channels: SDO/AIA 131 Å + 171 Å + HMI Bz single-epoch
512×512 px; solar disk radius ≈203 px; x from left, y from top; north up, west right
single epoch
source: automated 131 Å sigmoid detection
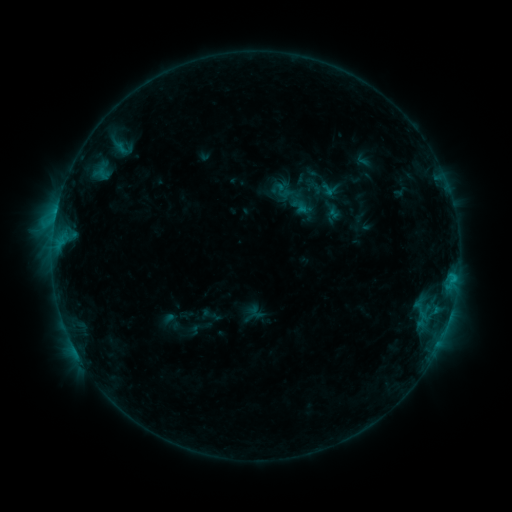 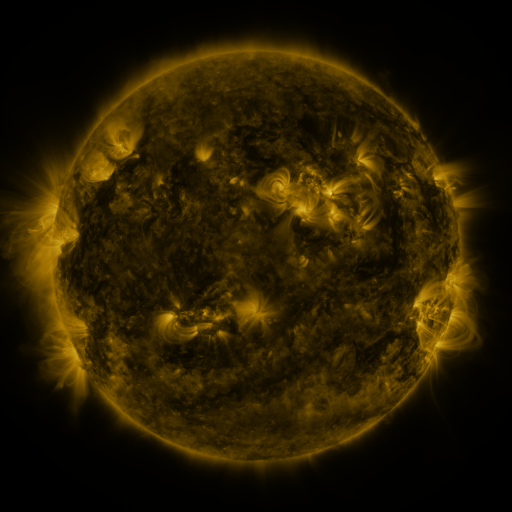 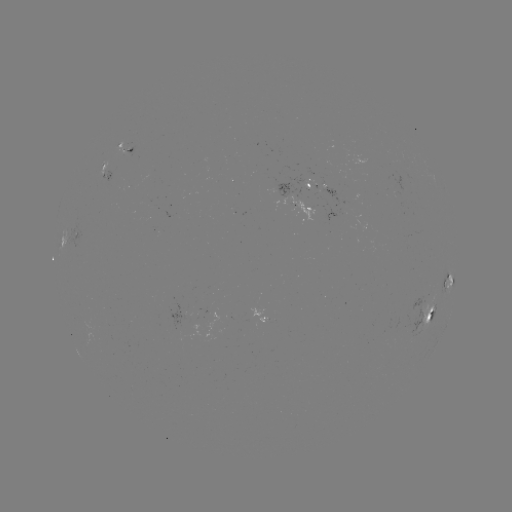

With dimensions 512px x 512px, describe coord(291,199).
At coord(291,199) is sigmoid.